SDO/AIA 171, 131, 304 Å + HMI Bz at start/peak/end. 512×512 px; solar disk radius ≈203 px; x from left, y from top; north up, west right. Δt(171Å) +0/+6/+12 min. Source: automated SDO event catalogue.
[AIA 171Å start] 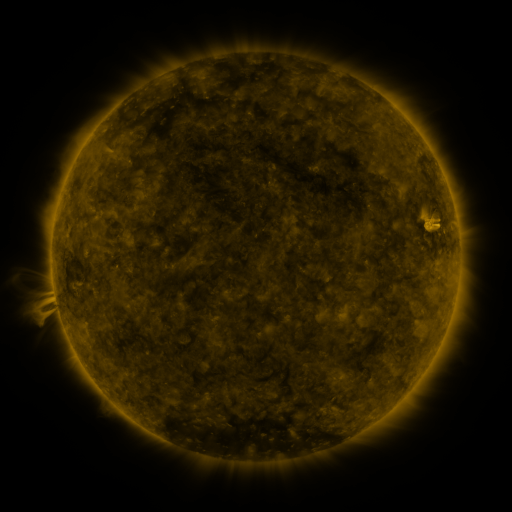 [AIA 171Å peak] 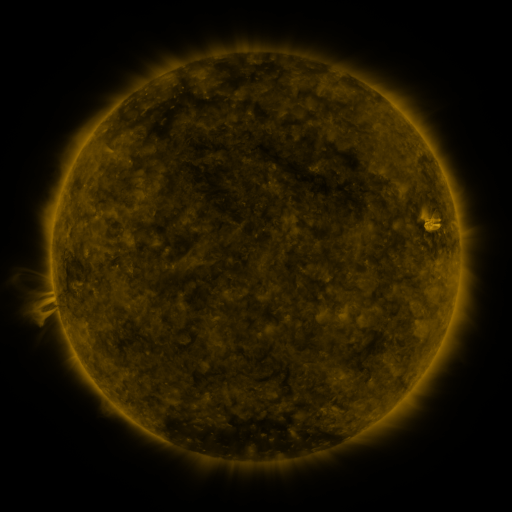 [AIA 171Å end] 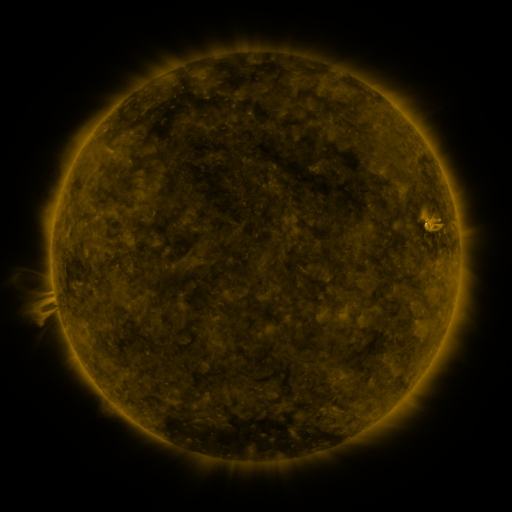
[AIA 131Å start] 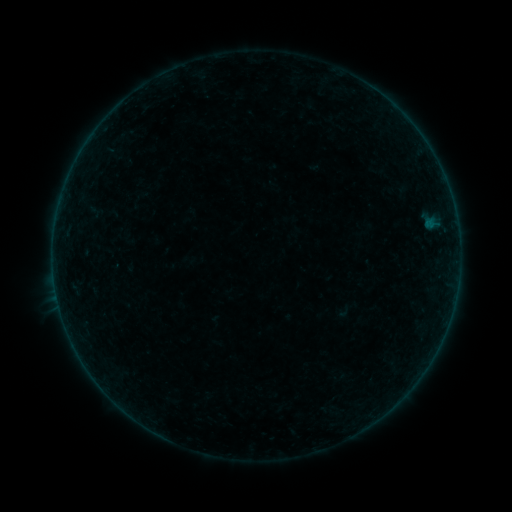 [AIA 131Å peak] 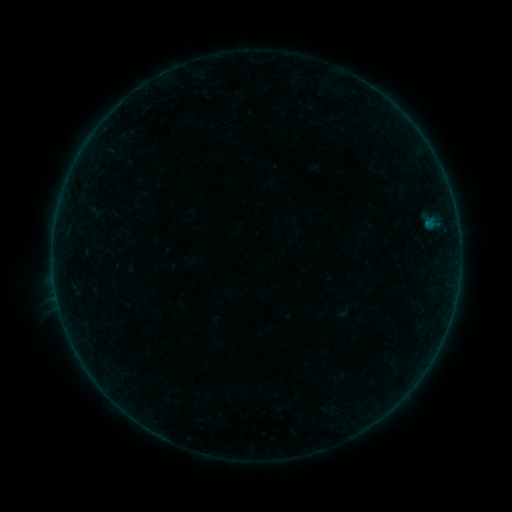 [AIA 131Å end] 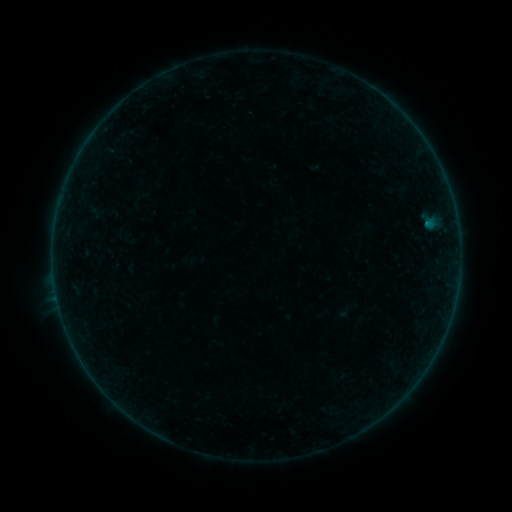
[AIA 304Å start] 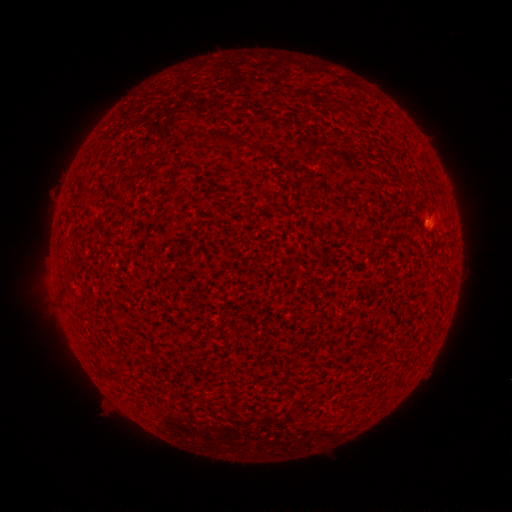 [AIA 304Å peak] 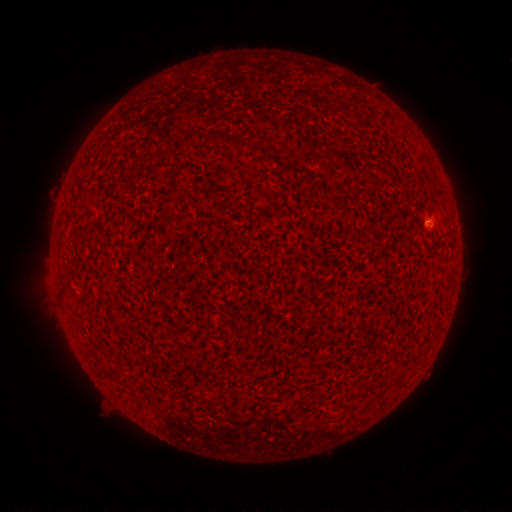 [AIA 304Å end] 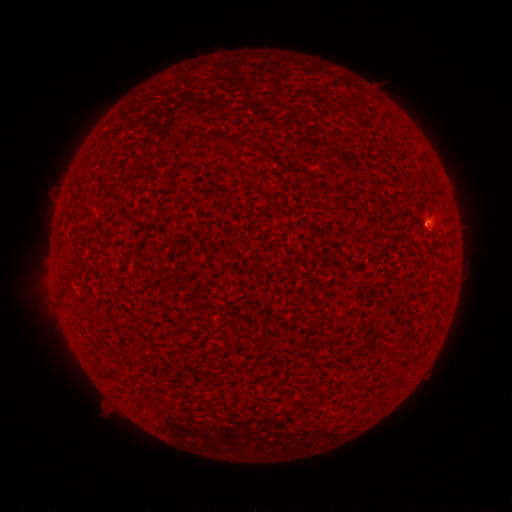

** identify B1.3 flare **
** [426, 224] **